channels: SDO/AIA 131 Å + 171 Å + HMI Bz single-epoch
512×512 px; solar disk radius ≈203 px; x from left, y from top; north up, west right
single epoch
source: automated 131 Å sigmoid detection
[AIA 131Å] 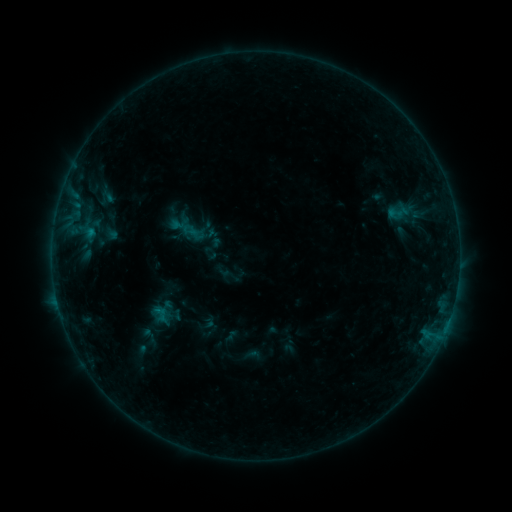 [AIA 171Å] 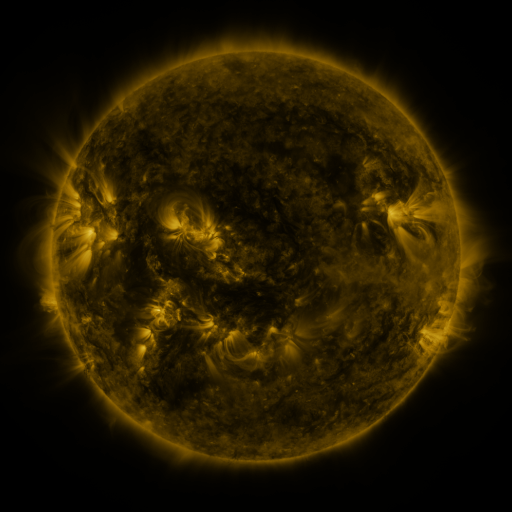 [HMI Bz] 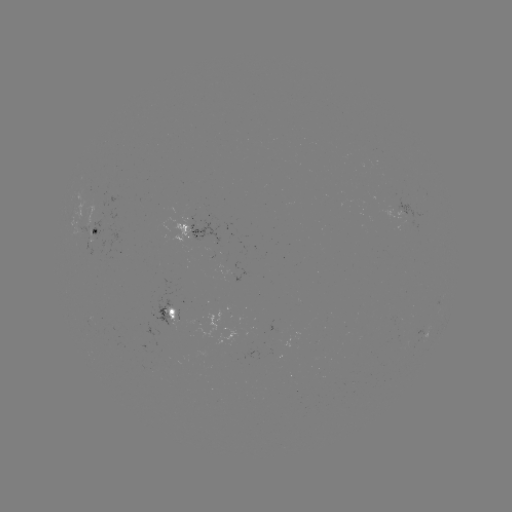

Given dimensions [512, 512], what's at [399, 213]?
sigmoid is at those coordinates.